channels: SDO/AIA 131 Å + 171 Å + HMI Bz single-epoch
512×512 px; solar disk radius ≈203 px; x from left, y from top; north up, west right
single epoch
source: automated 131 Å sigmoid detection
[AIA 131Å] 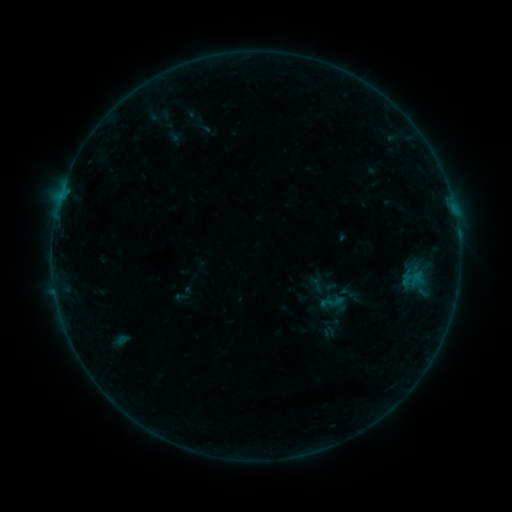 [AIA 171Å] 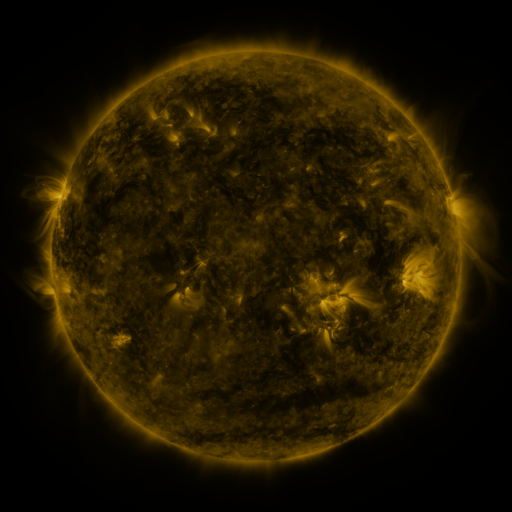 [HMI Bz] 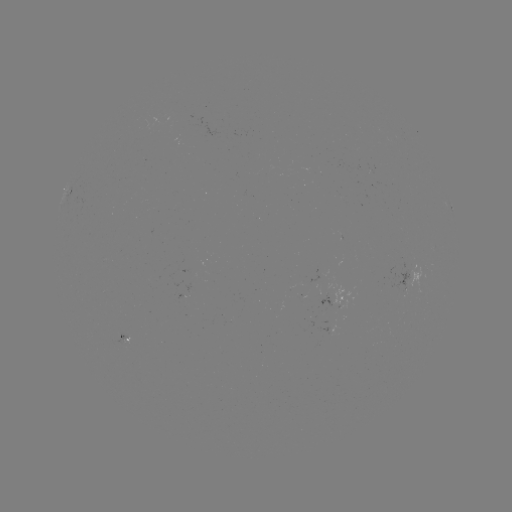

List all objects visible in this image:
sigmoid: (318, 287, 345, 316)
